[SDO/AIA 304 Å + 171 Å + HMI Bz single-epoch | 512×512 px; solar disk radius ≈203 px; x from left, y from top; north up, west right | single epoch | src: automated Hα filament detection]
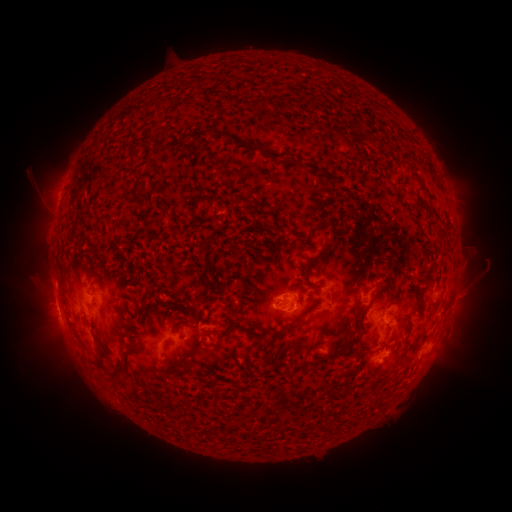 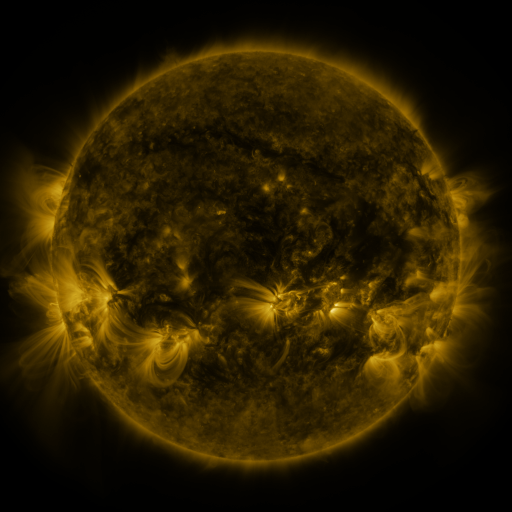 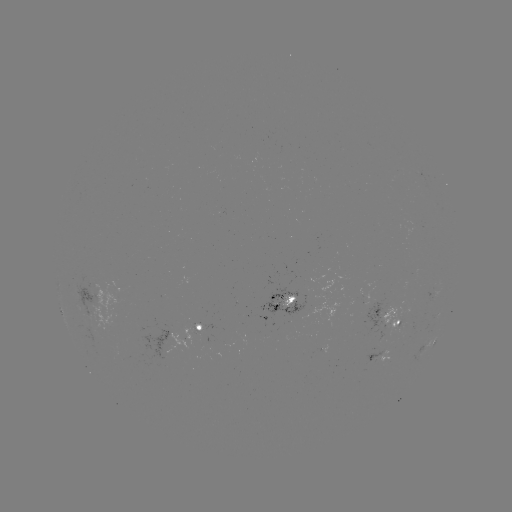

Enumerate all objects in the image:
filament: (261, 104)
filament: (379, 106)
filament: (209, 130)
filament: (404, 133)
filament: (154, 147)
filament: (369, 306)
filament: (93, 307)
filament: (293, 326)
filament: (178, 327)
filament: (244, 328)
filament: (373, 338)
filament: (107, 371)
